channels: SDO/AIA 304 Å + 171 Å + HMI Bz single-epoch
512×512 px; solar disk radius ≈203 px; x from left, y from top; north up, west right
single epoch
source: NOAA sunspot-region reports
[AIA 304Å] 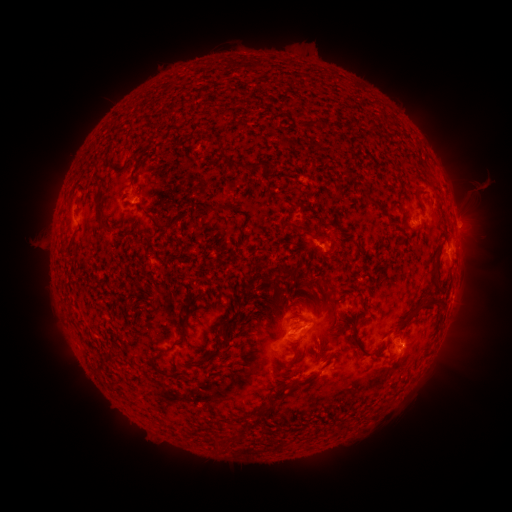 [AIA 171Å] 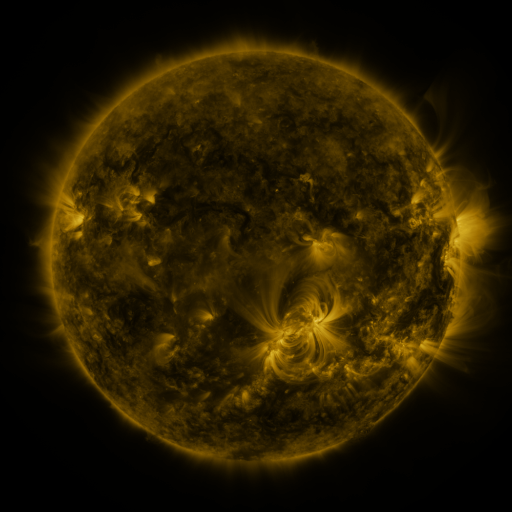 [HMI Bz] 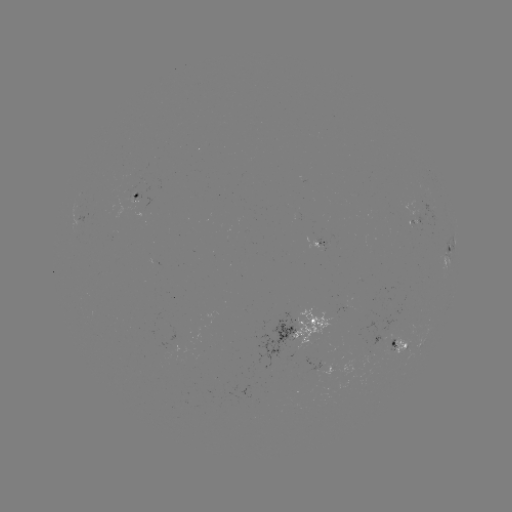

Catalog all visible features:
spotted active region: (137, 198)
spotted active region: (418, 224)
spotted active region: (321, 244)
spotted active region: (450, 249)
spotted active region: (300, 329)
spotted active region: (396, 347)
